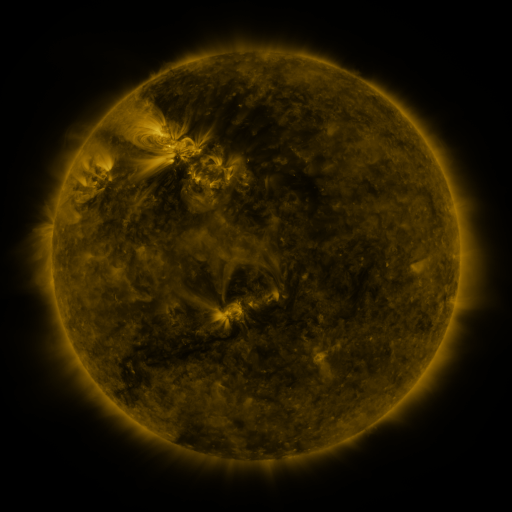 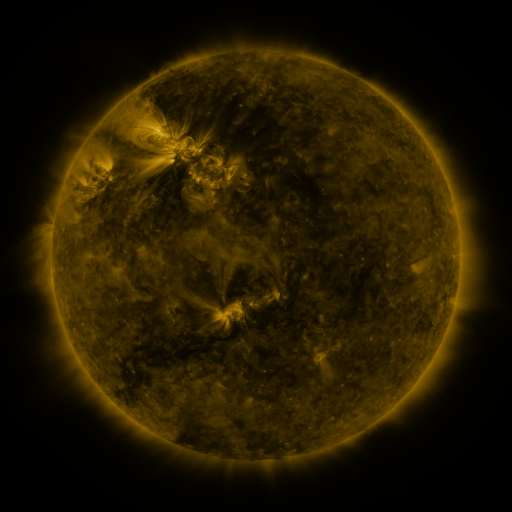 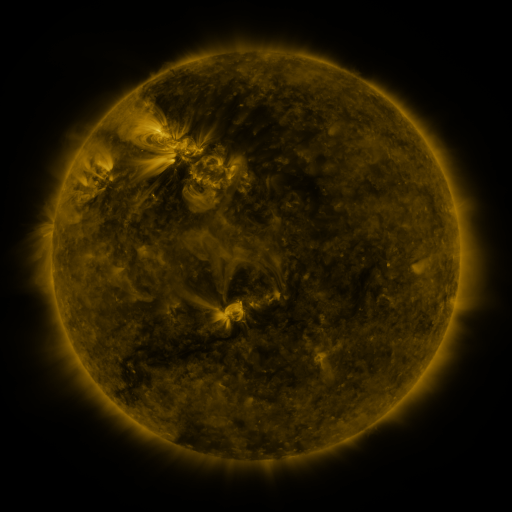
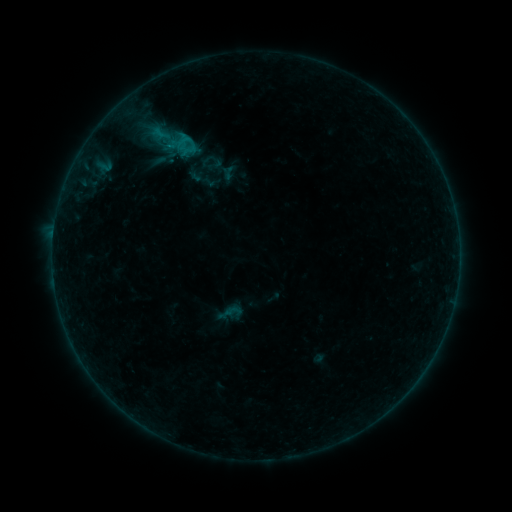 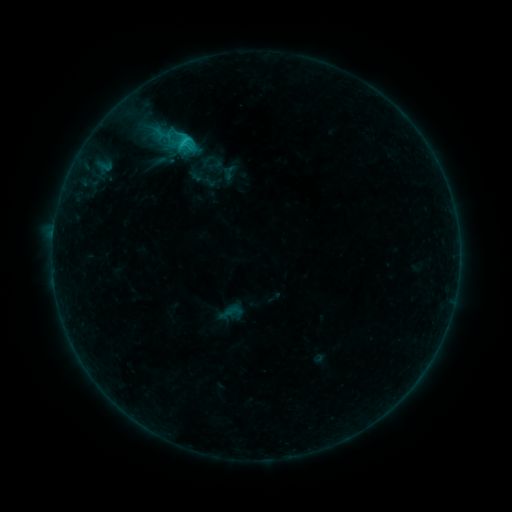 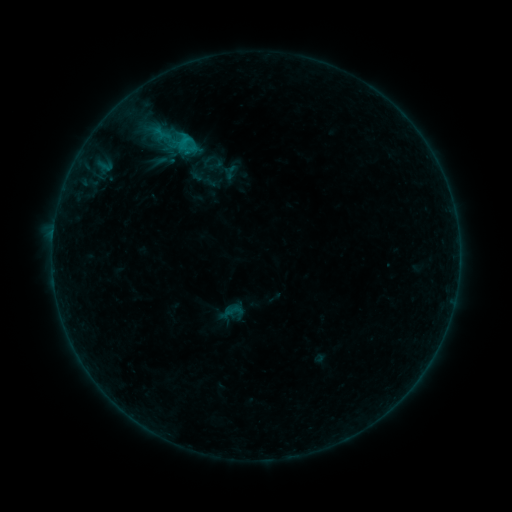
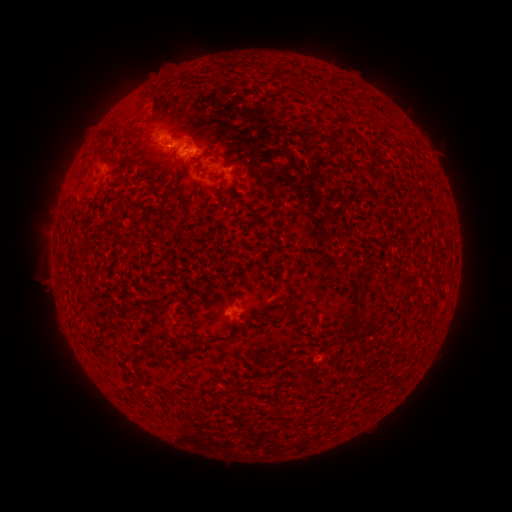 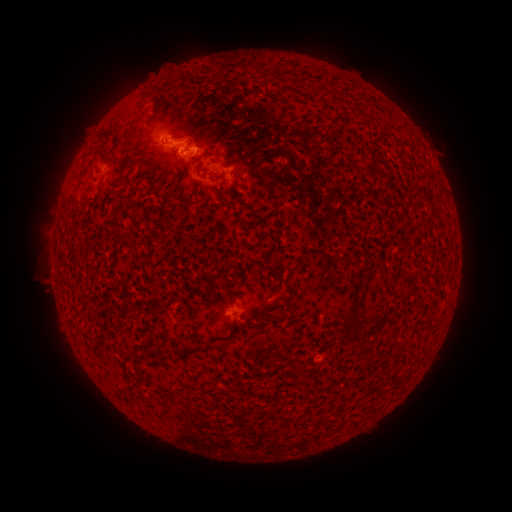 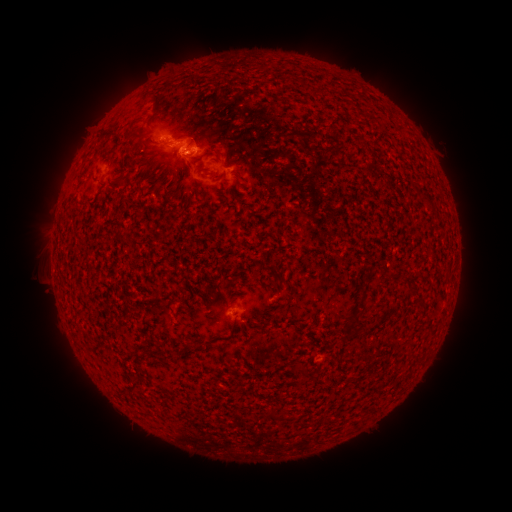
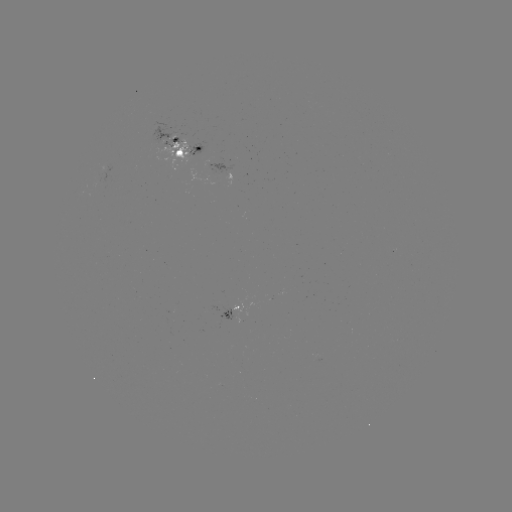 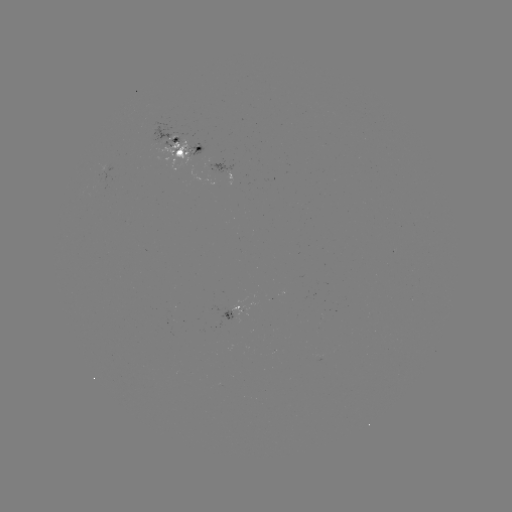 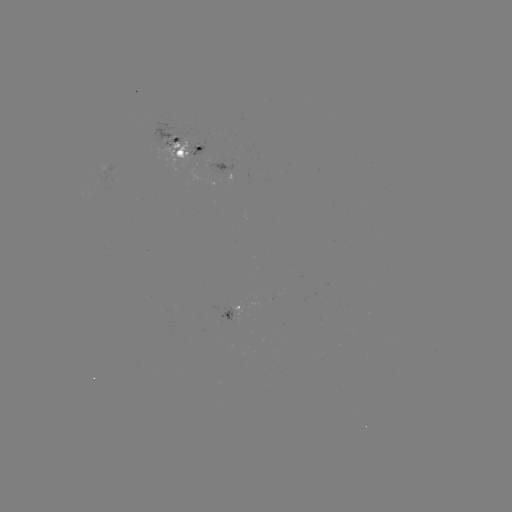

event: emerging-flux region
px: (233, 308)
